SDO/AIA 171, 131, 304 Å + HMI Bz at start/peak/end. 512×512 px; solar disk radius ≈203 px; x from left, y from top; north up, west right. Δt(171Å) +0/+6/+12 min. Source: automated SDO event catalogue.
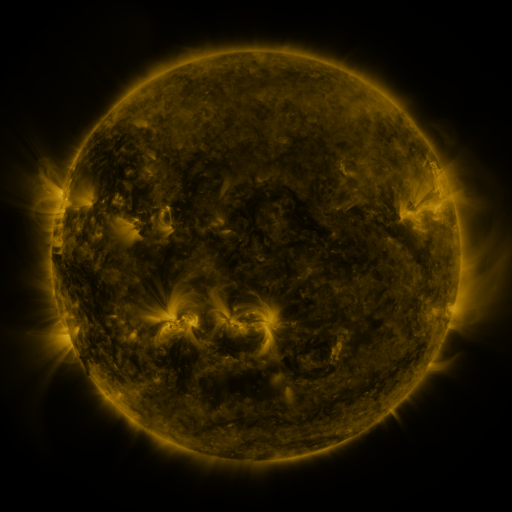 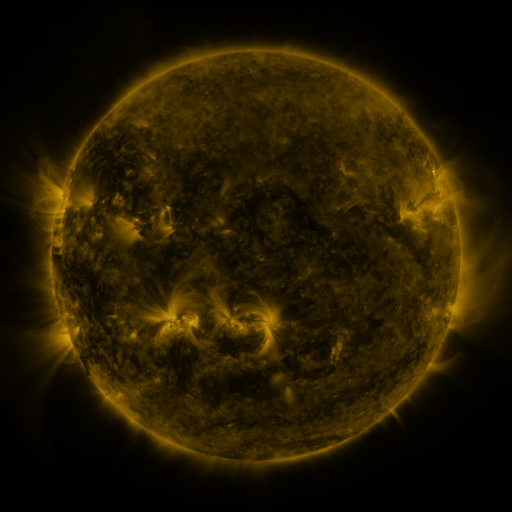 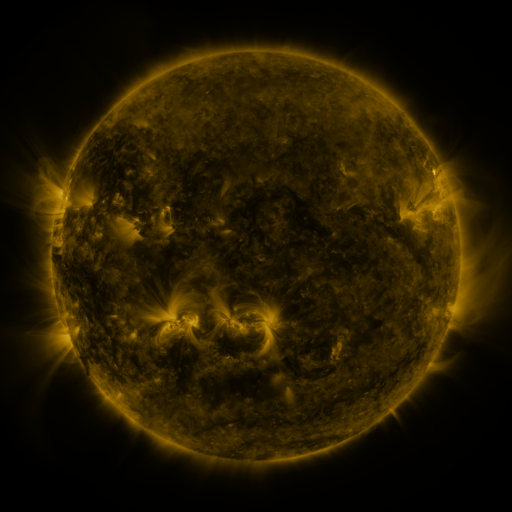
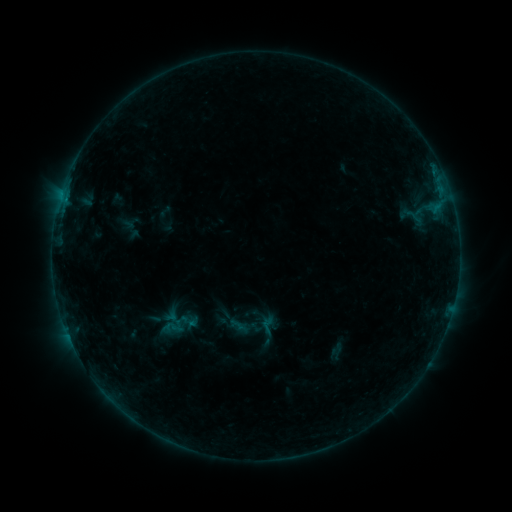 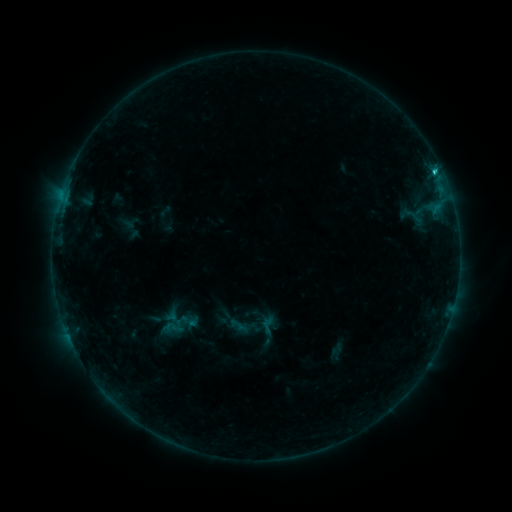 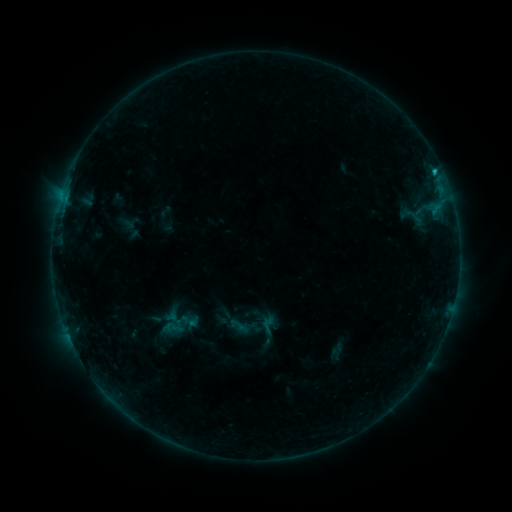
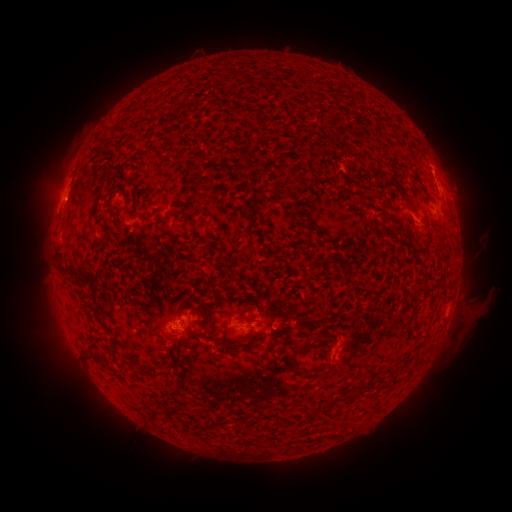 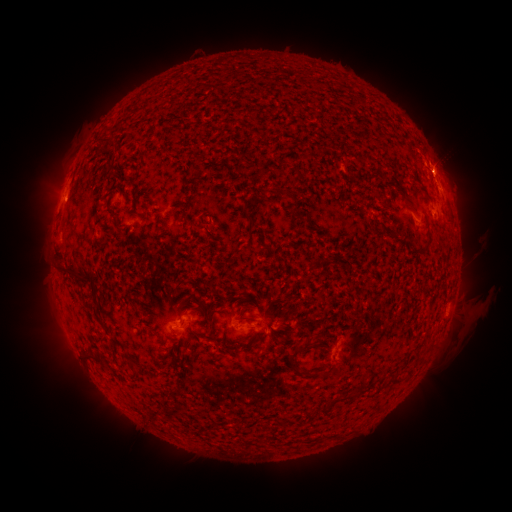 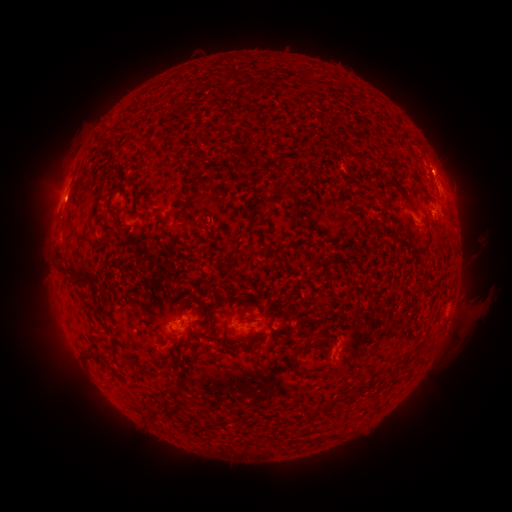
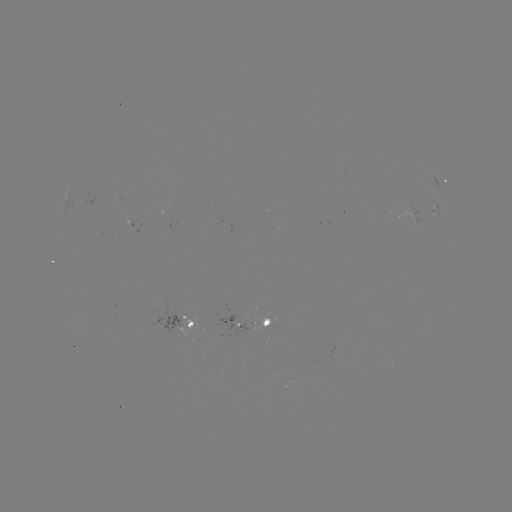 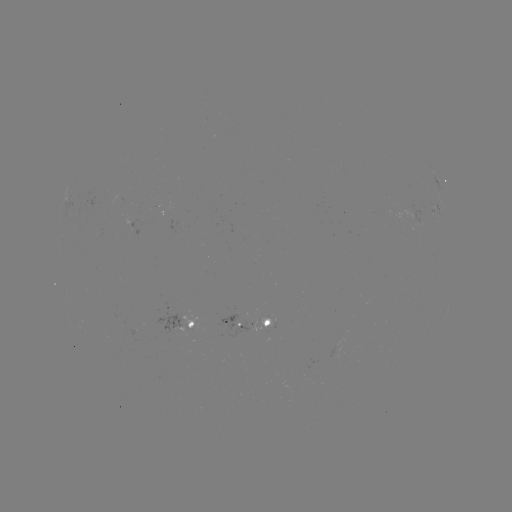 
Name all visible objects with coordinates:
B9.6 flare: (434, 172)
